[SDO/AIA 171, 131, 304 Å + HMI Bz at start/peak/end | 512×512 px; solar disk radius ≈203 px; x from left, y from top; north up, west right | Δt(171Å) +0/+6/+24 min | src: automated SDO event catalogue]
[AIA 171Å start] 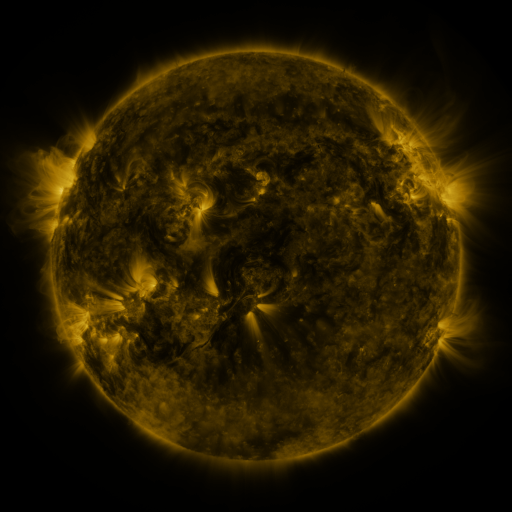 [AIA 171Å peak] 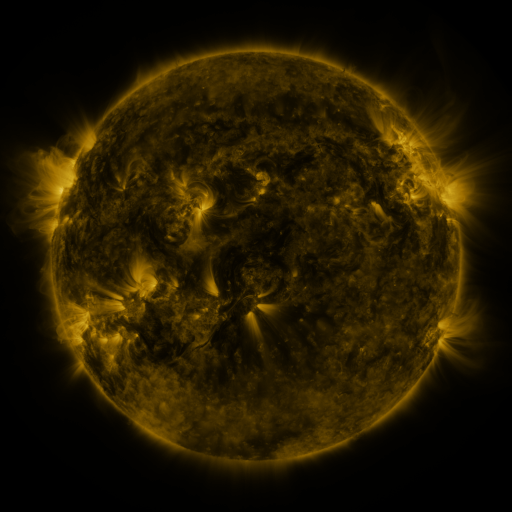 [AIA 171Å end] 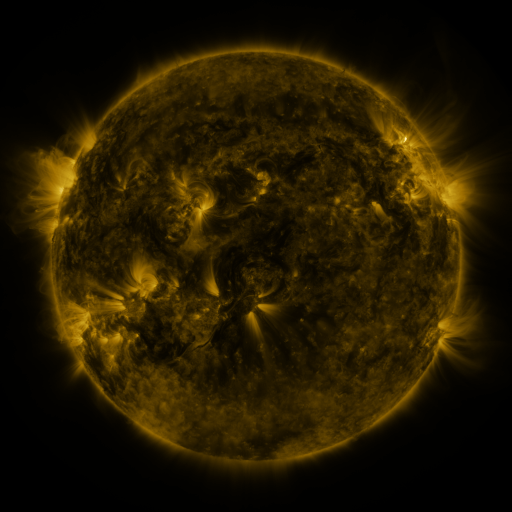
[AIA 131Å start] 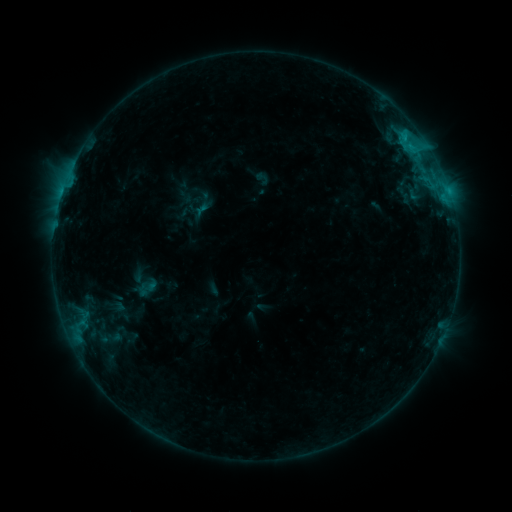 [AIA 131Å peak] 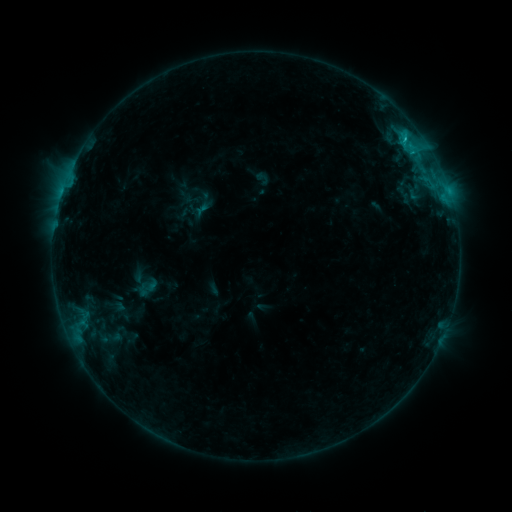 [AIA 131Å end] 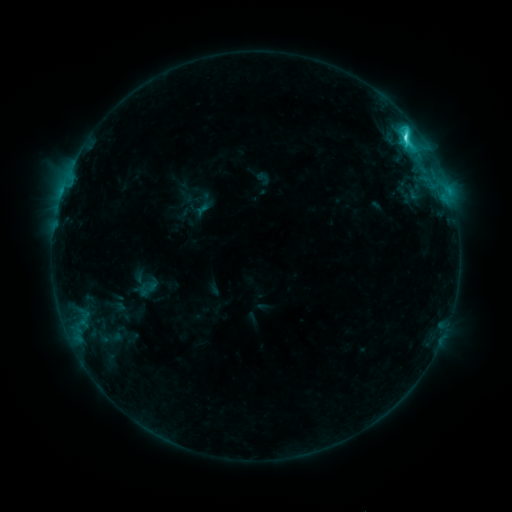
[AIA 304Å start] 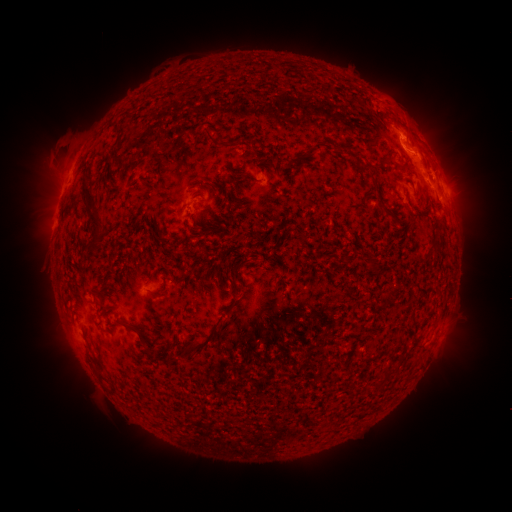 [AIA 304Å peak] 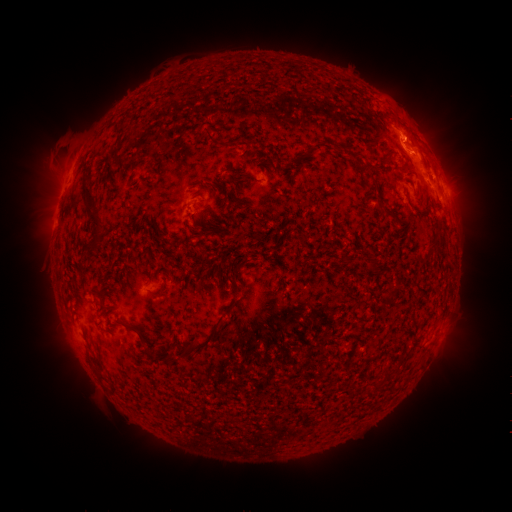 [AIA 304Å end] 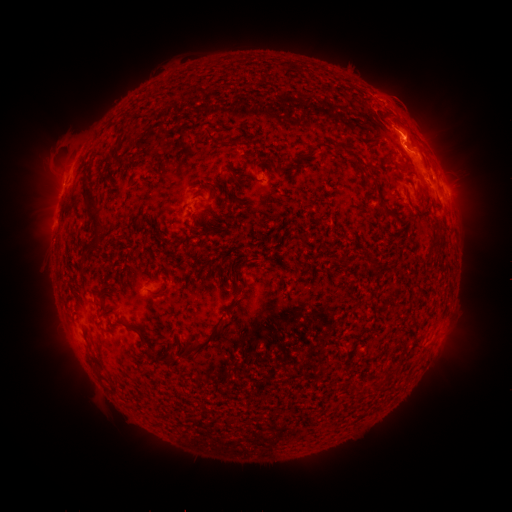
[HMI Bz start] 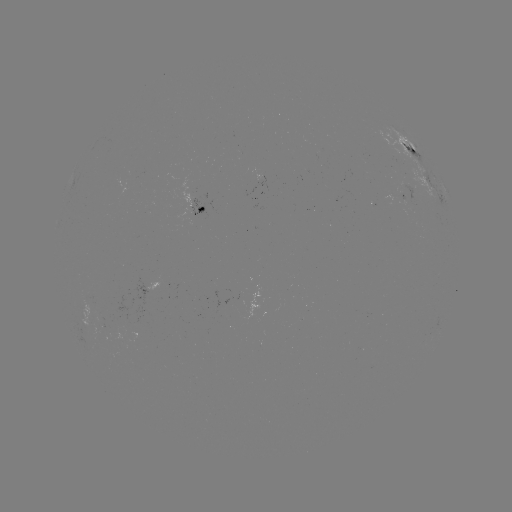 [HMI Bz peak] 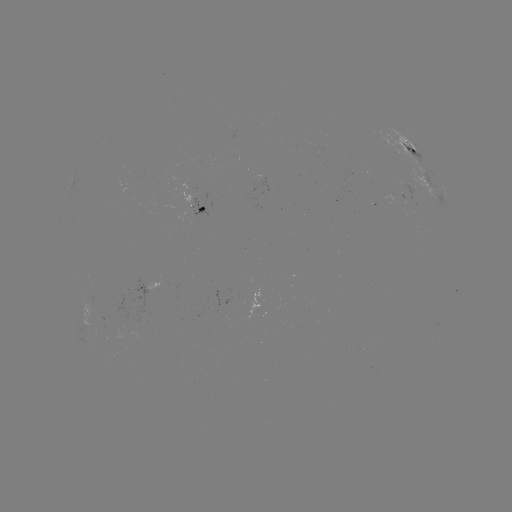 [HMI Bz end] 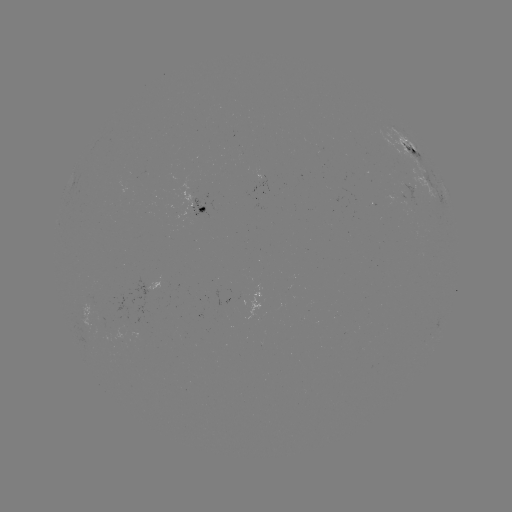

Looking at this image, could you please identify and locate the C7.9 flare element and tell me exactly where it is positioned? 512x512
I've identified C7.9 flare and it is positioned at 403,140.